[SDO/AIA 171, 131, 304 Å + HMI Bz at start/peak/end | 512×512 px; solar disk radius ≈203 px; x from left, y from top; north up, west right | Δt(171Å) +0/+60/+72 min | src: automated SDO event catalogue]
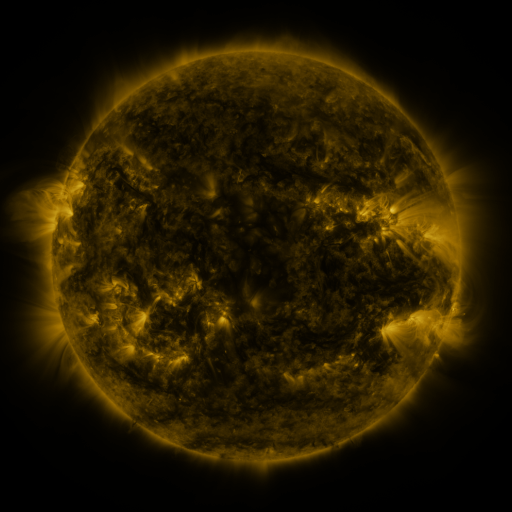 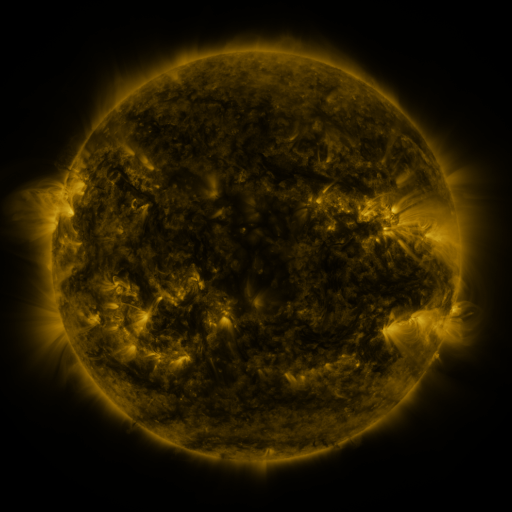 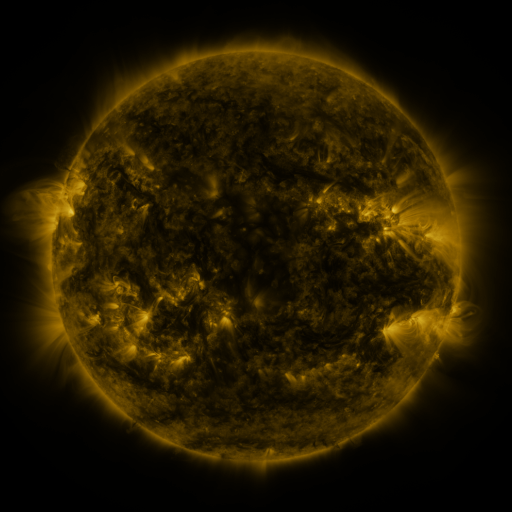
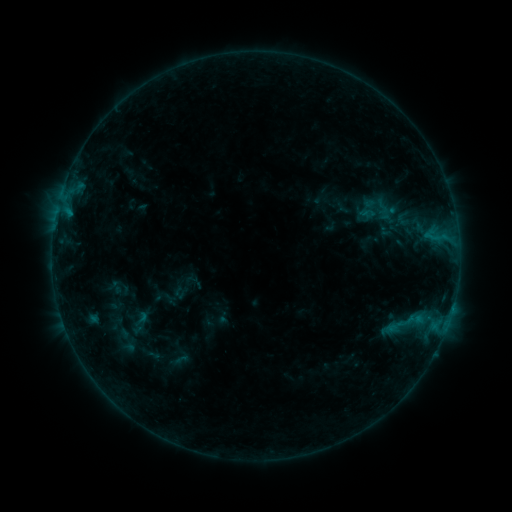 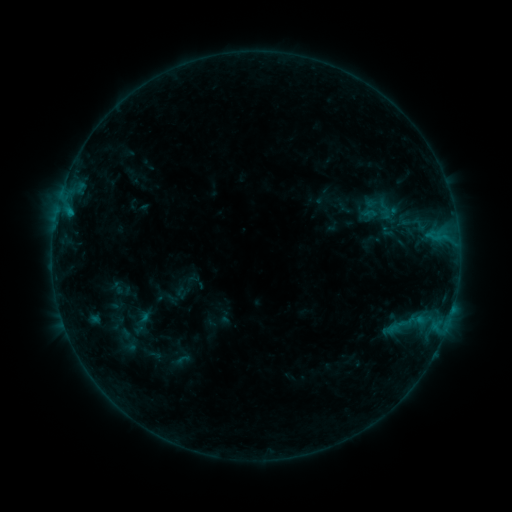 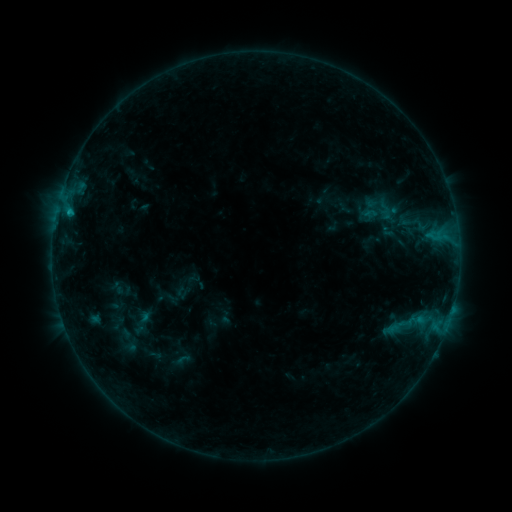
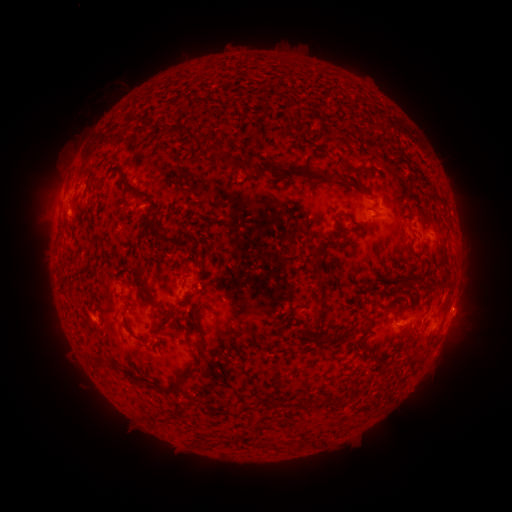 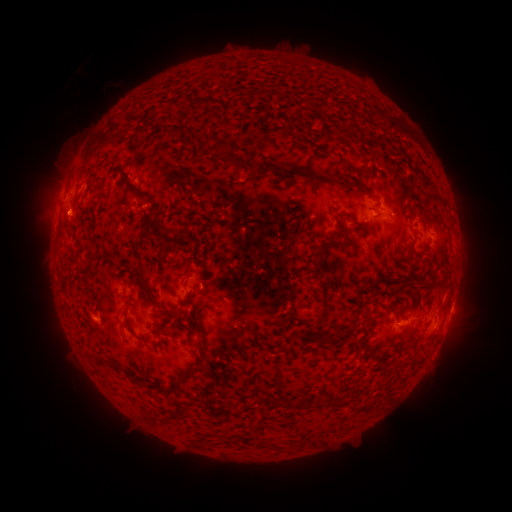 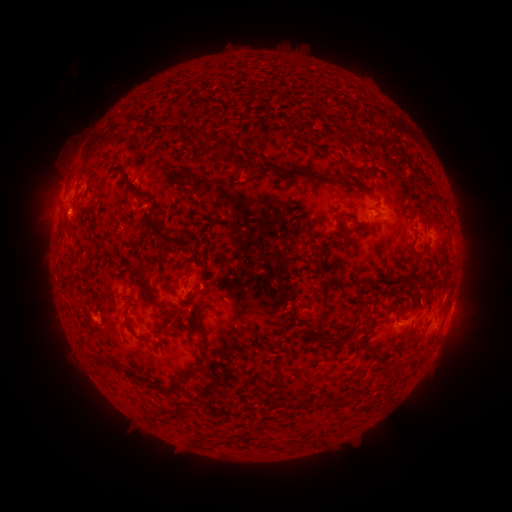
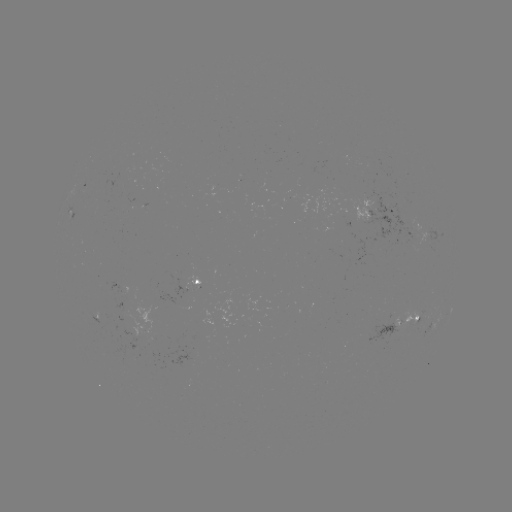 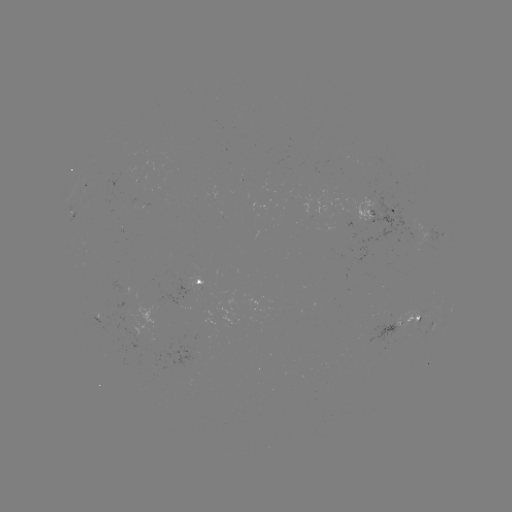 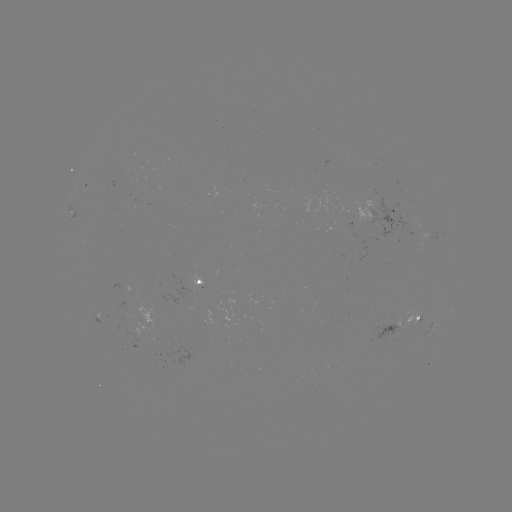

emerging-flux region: <bbox>360, 187, 422, 239</bbox>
